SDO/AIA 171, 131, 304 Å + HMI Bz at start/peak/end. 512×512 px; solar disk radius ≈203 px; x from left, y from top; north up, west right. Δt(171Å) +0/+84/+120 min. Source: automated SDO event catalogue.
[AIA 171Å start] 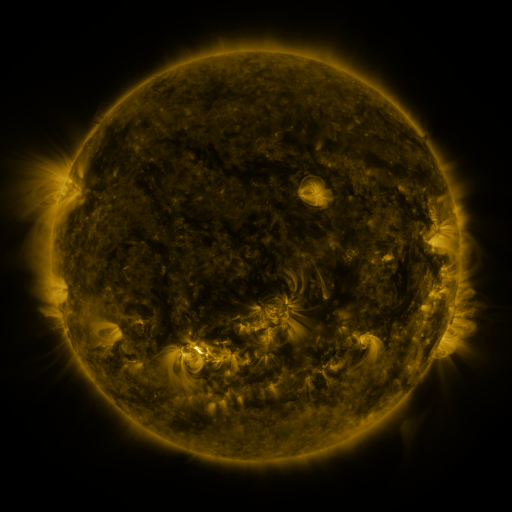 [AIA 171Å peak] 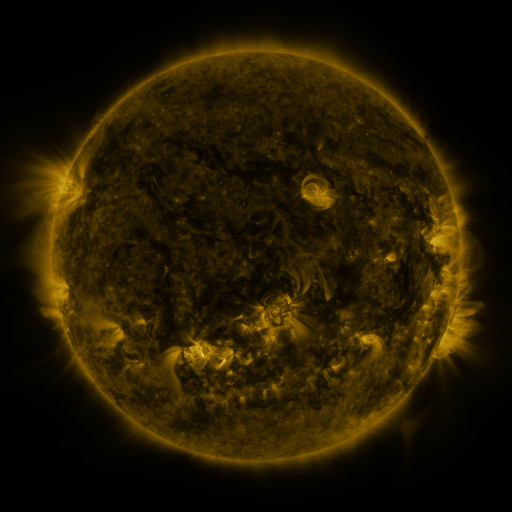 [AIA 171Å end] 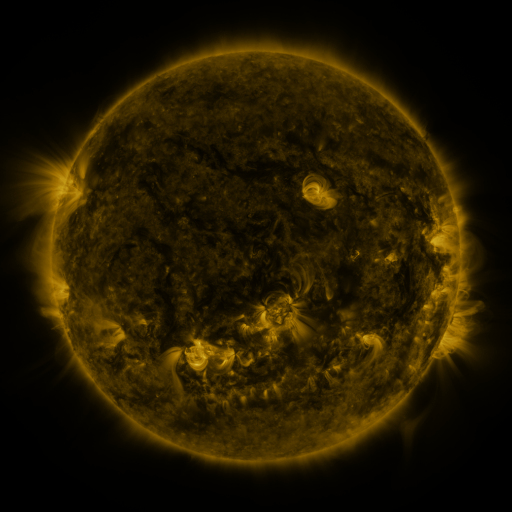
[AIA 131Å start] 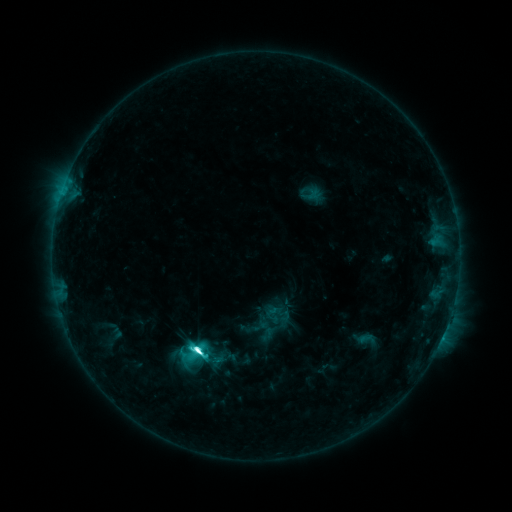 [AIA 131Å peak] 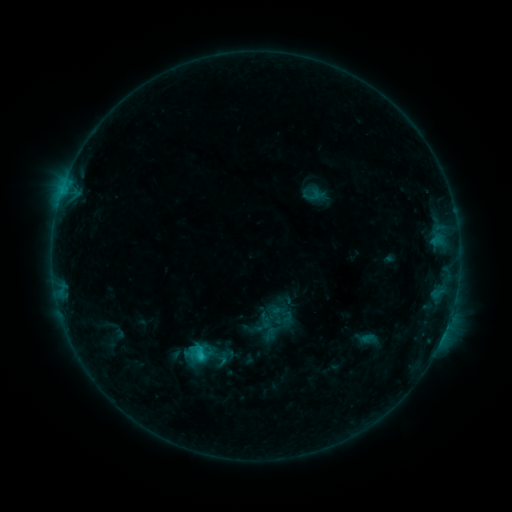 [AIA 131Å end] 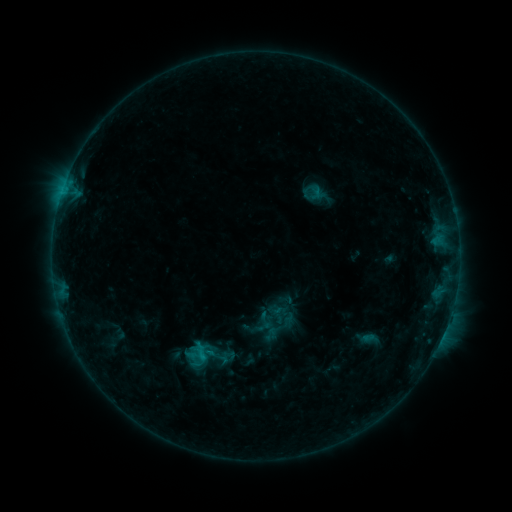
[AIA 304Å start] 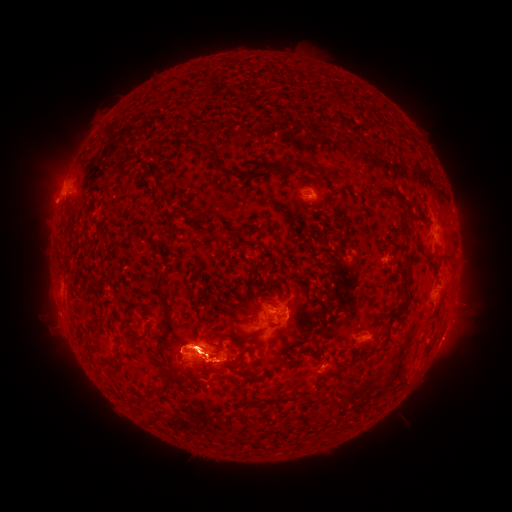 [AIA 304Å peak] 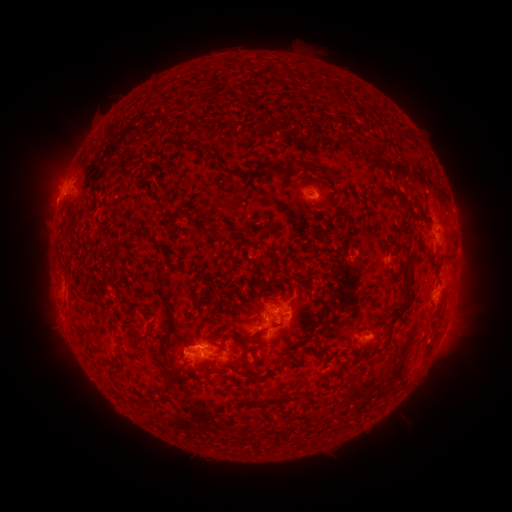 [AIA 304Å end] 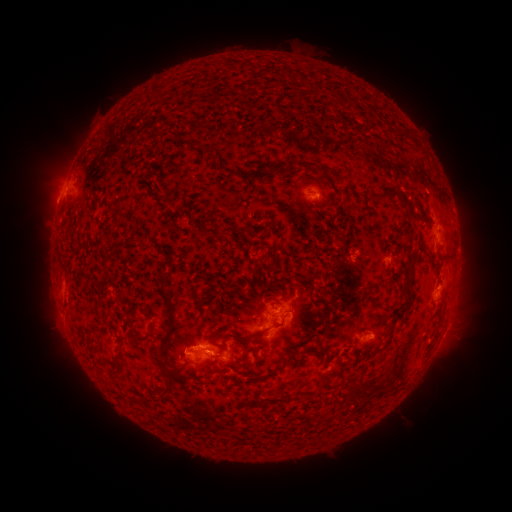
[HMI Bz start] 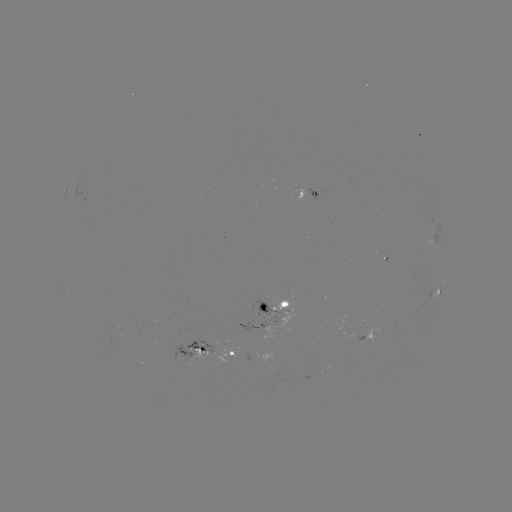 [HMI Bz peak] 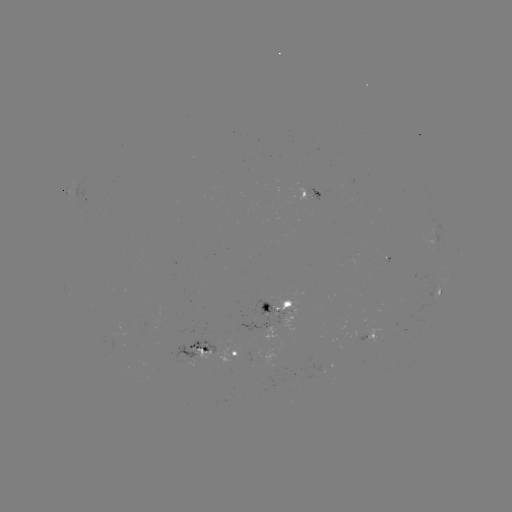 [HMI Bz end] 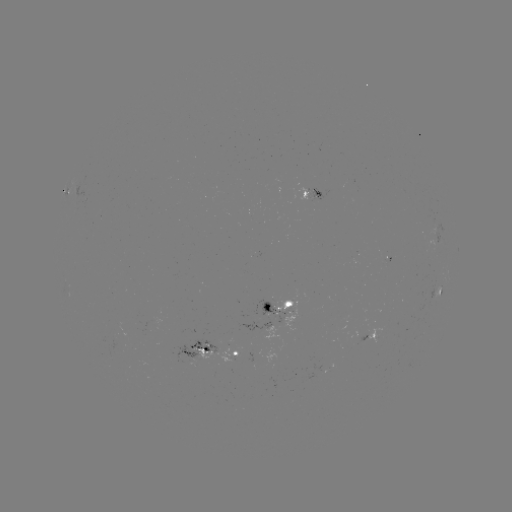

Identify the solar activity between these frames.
emerging-flux region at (314, 196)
